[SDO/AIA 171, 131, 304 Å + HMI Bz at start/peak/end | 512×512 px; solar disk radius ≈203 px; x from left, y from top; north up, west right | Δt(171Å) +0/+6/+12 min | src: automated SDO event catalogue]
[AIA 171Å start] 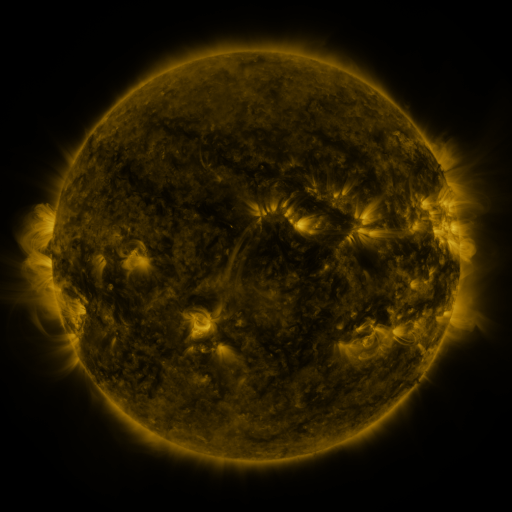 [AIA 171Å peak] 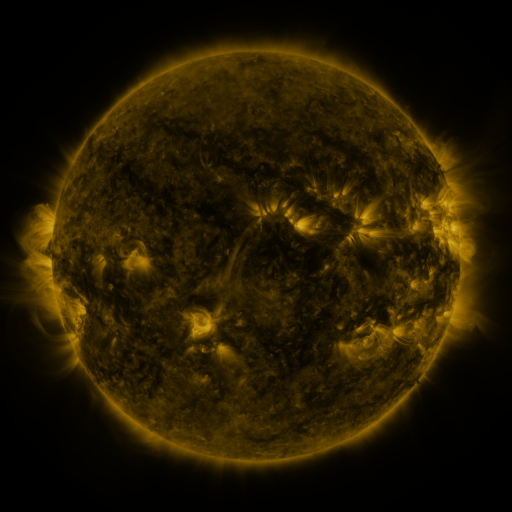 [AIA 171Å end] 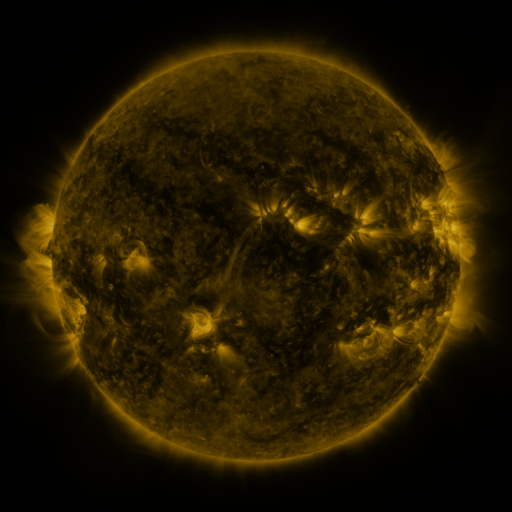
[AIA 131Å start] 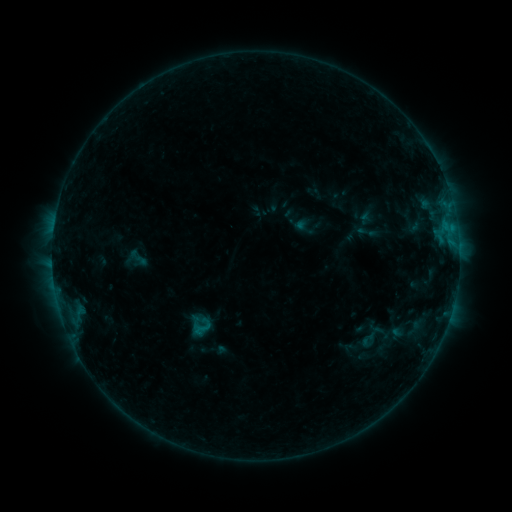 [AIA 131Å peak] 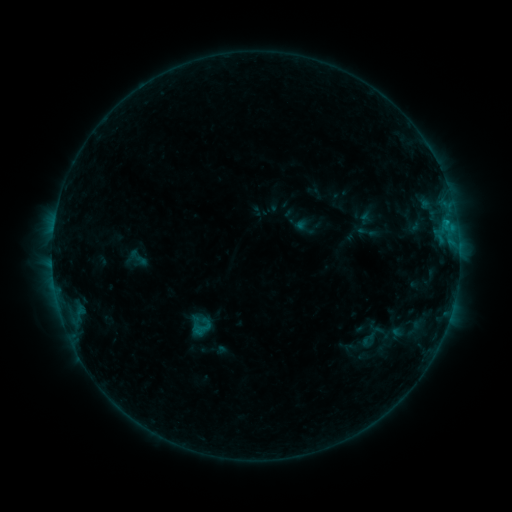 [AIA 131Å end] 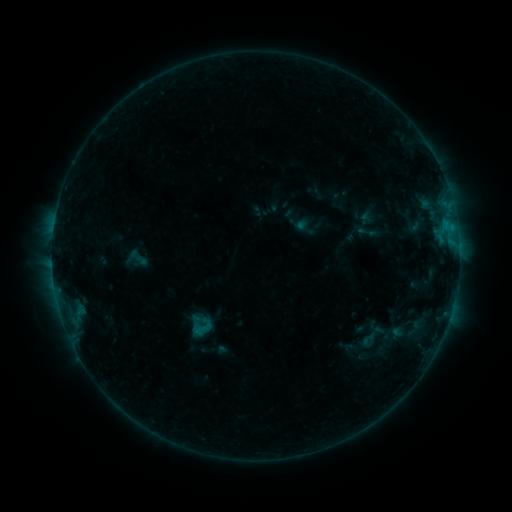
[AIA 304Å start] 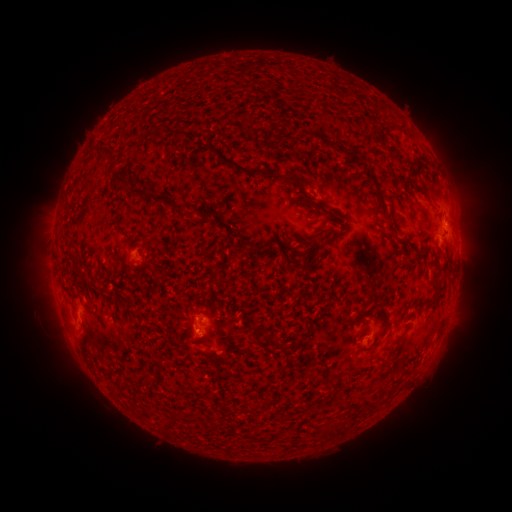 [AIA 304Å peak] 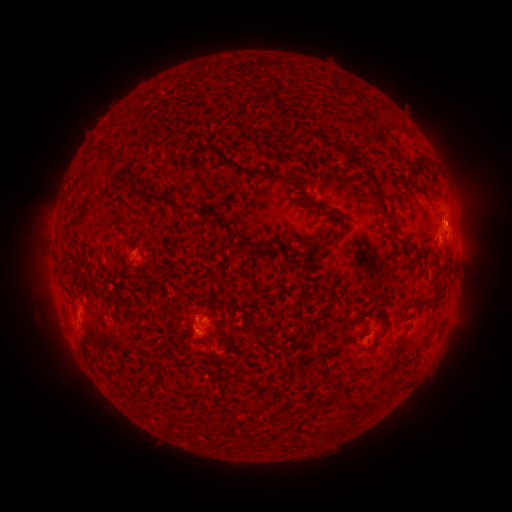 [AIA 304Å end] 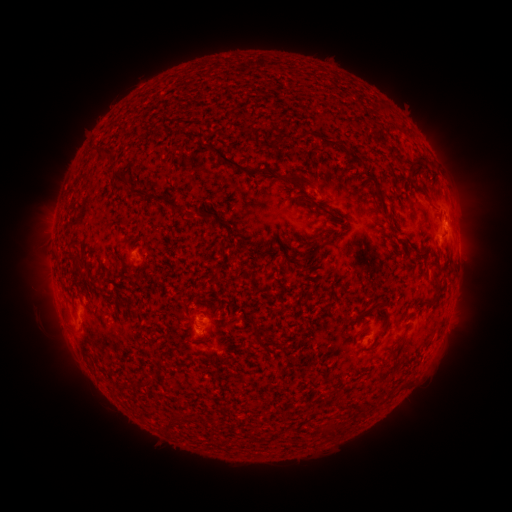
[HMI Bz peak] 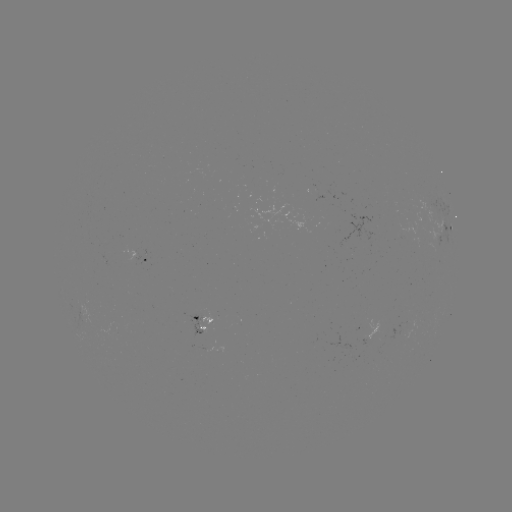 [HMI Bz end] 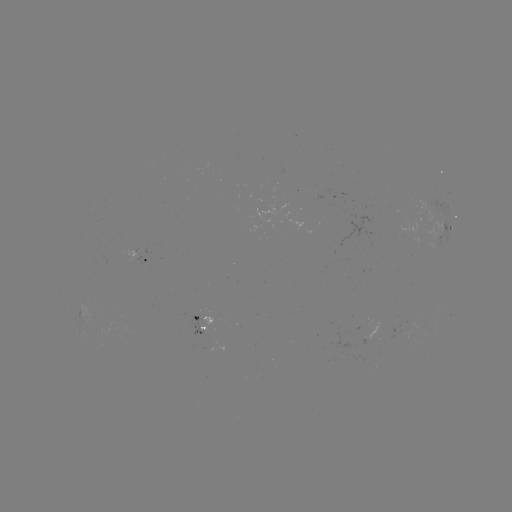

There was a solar flare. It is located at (446, 224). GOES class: B4.3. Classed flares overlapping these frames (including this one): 1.